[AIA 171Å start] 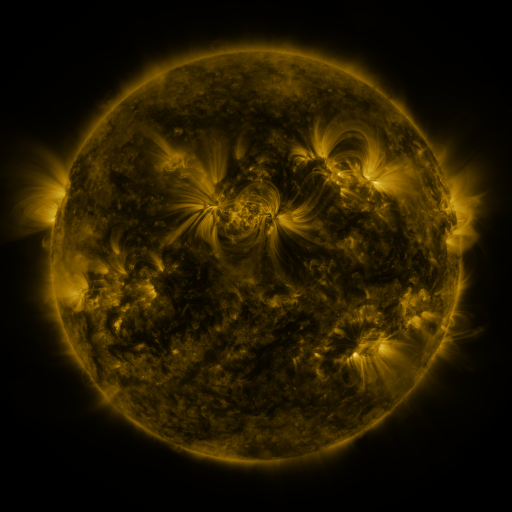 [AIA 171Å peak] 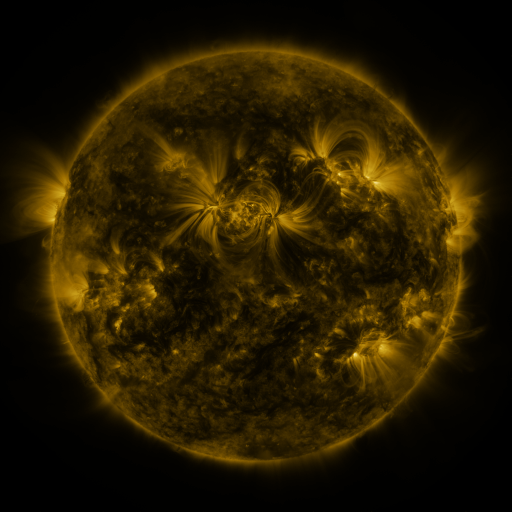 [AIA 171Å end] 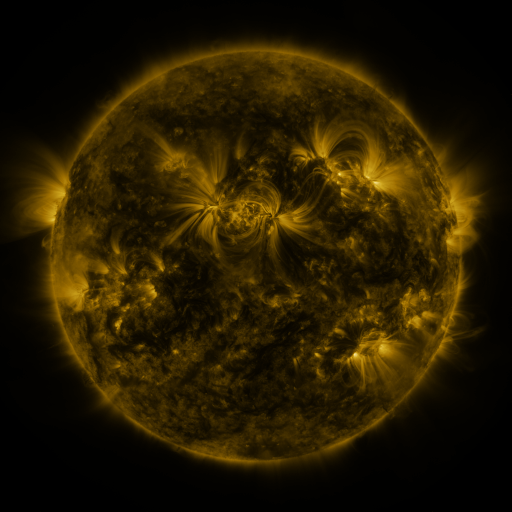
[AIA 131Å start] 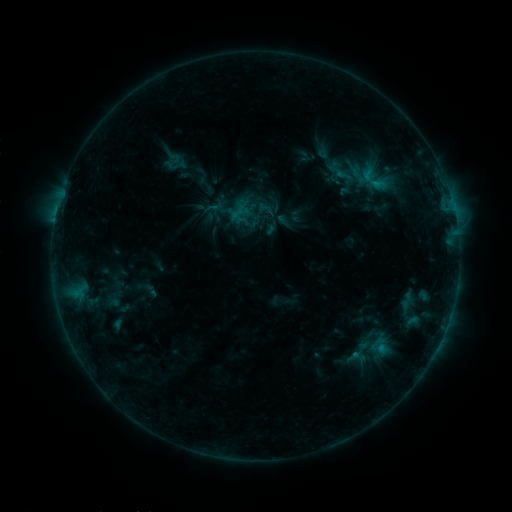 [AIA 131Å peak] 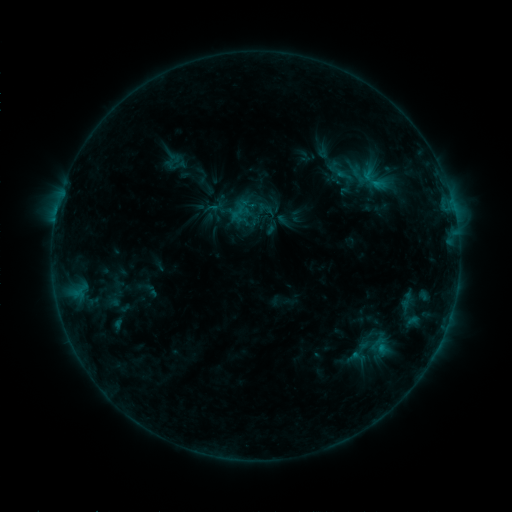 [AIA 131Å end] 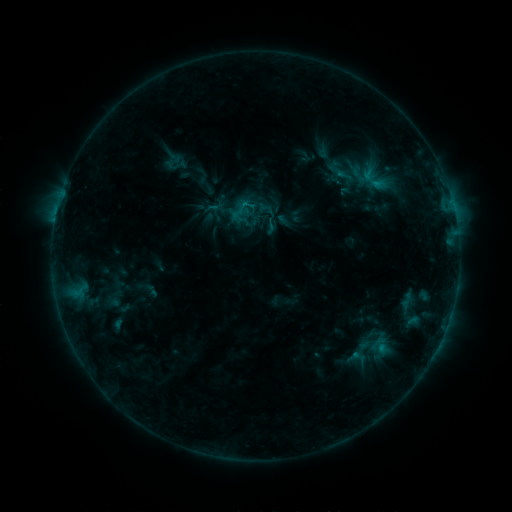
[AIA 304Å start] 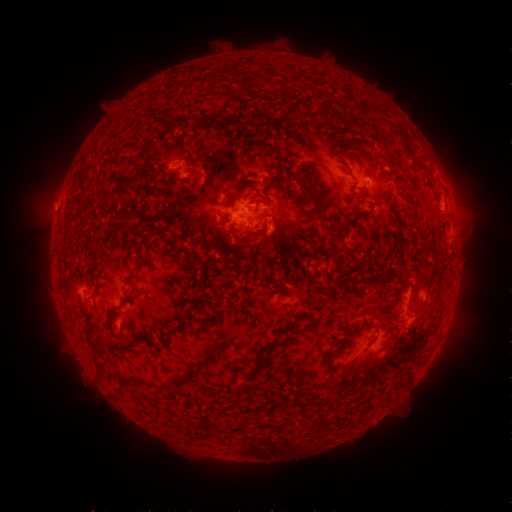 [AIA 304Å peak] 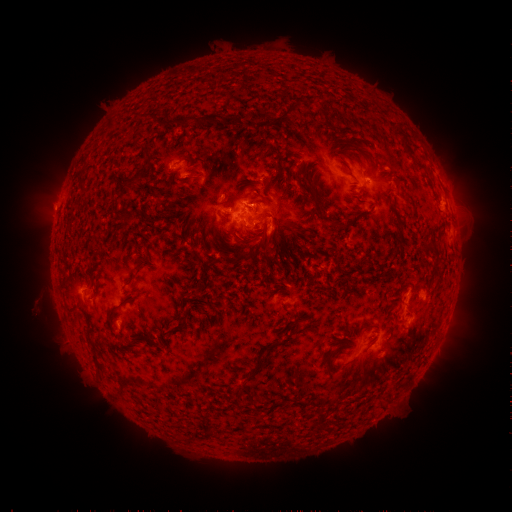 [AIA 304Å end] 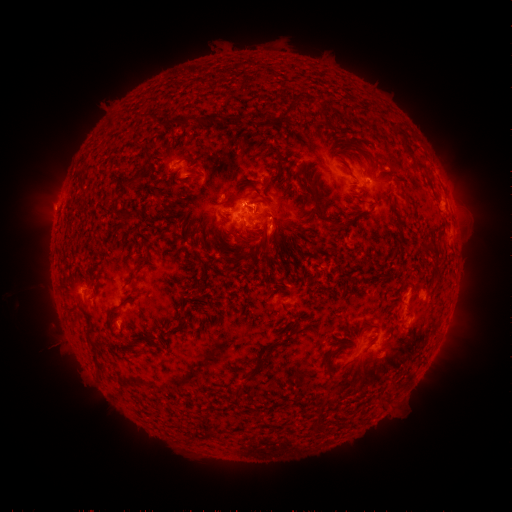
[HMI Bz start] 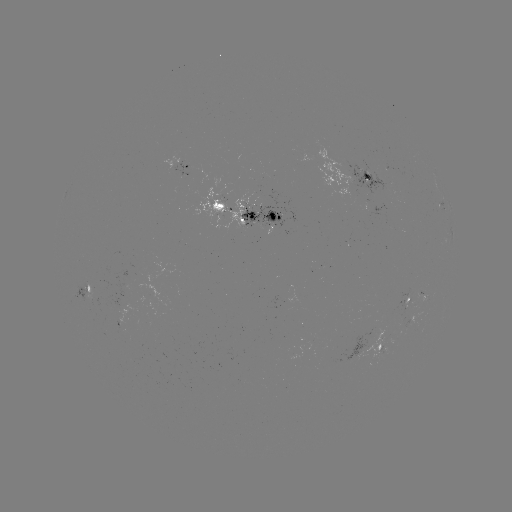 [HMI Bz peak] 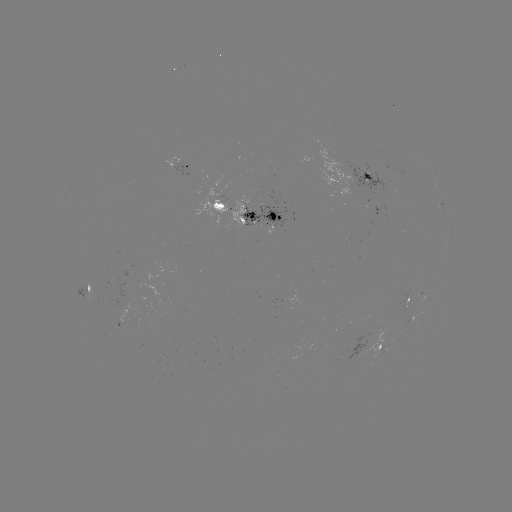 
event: eruption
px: (43, 310)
